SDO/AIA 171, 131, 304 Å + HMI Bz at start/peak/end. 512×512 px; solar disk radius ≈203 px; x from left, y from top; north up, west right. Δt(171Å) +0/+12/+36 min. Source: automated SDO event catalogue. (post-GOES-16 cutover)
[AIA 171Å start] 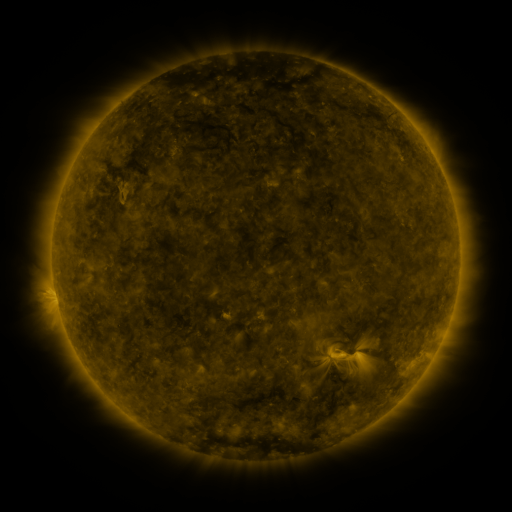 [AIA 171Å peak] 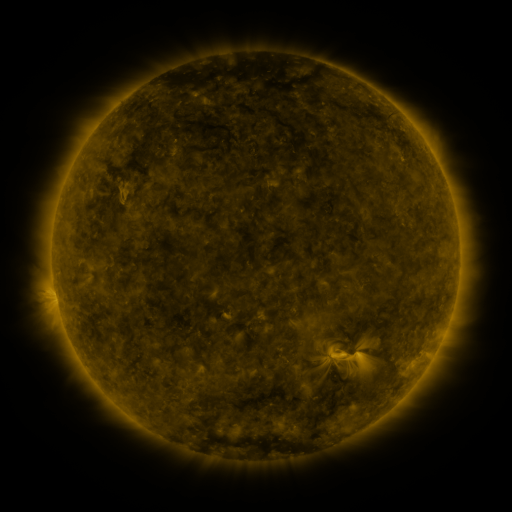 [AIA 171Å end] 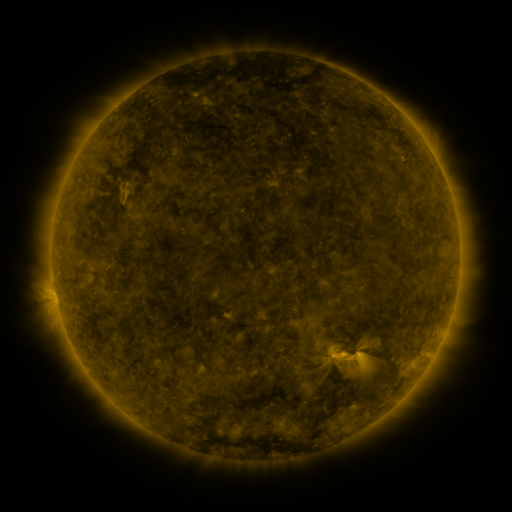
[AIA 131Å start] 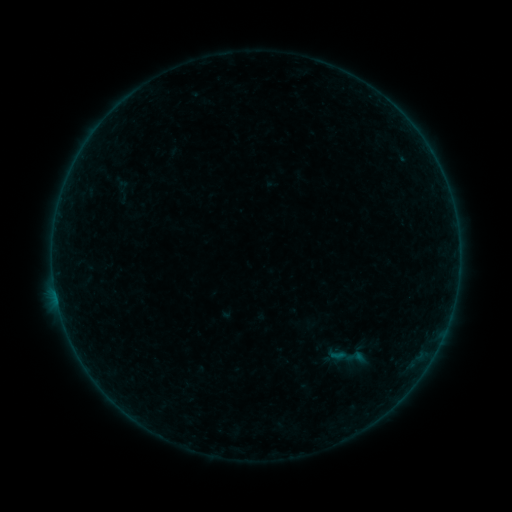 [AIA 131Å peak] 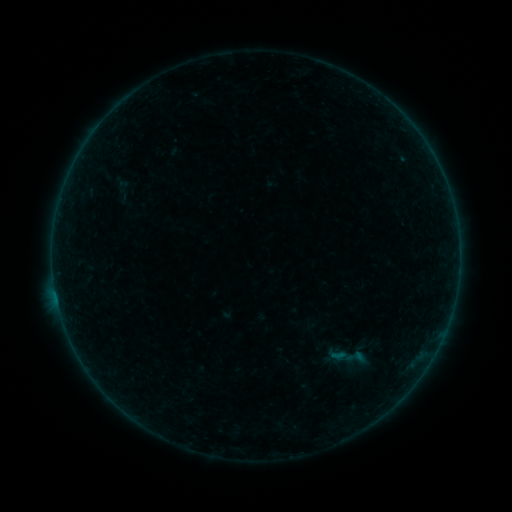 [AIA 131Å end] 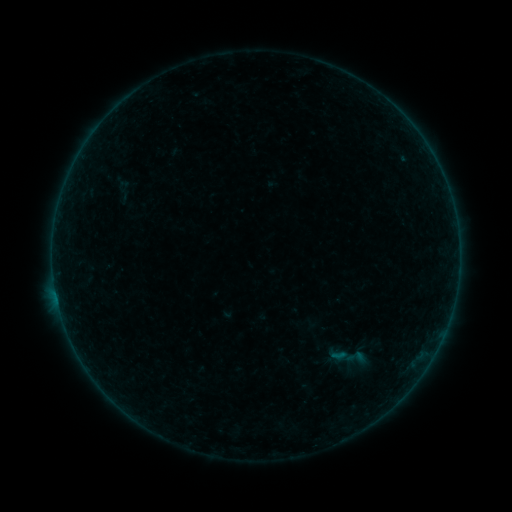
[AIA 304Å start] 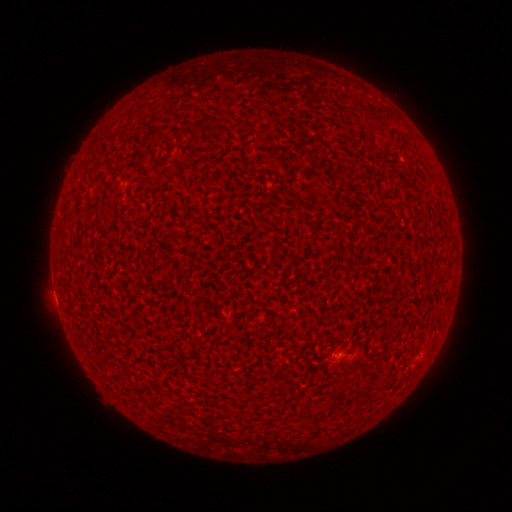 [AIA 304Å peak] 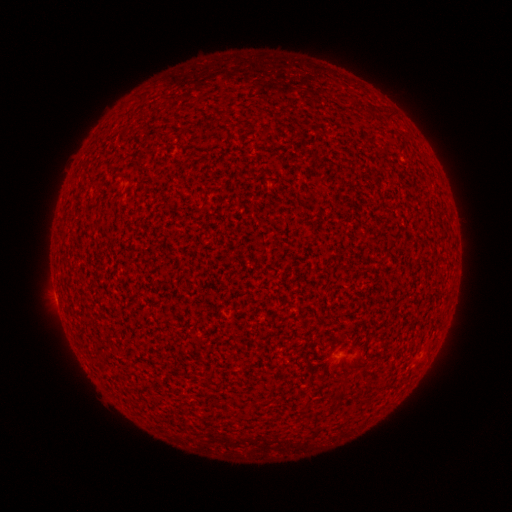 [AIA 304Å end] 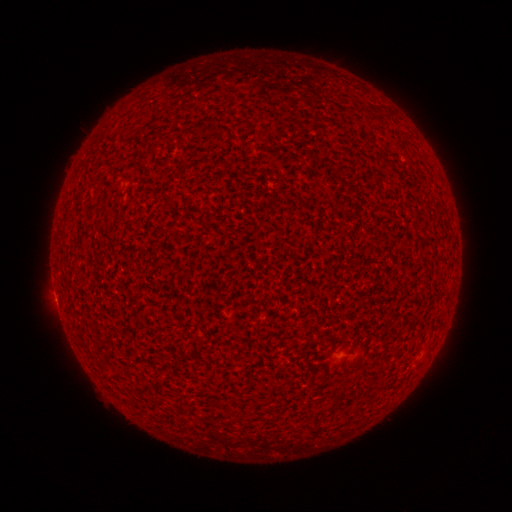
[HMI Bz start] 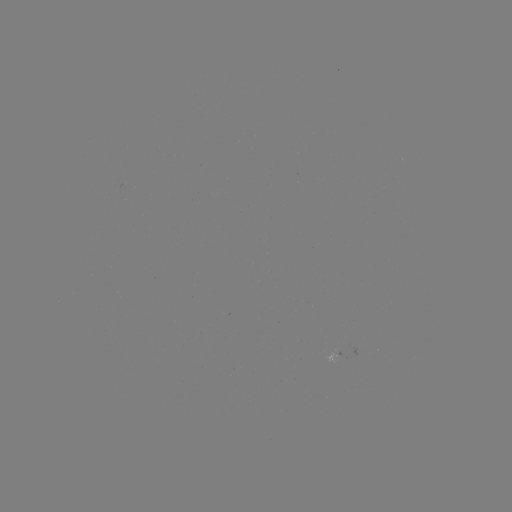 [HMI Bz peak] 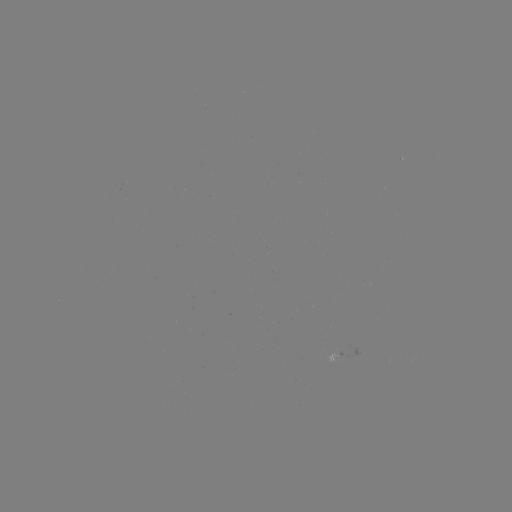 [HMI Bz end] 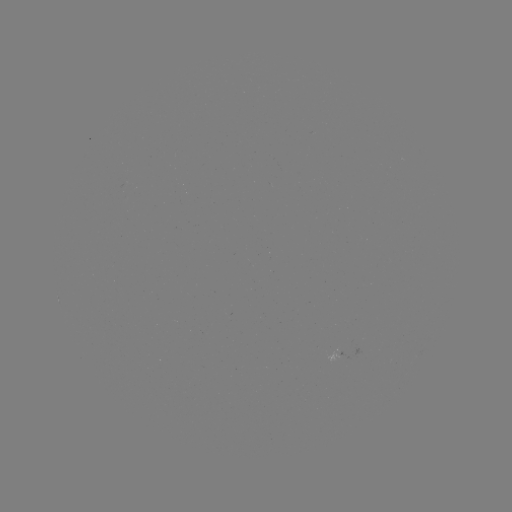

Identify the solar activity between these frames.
A3.2 flare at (57, 298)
